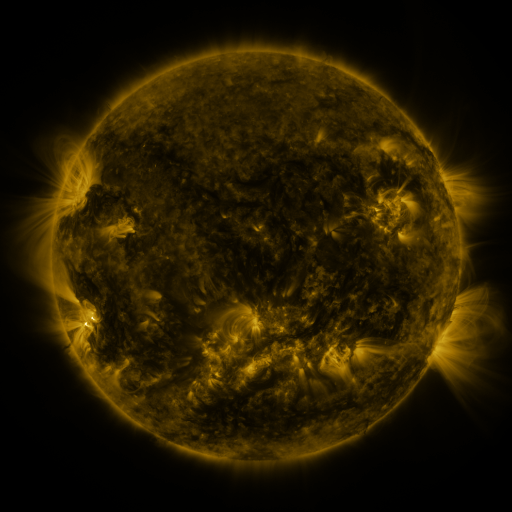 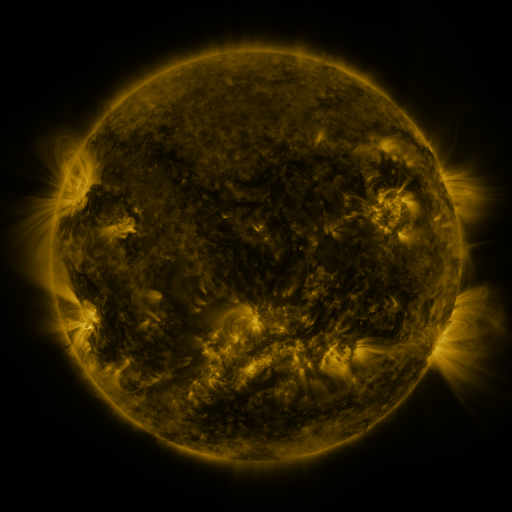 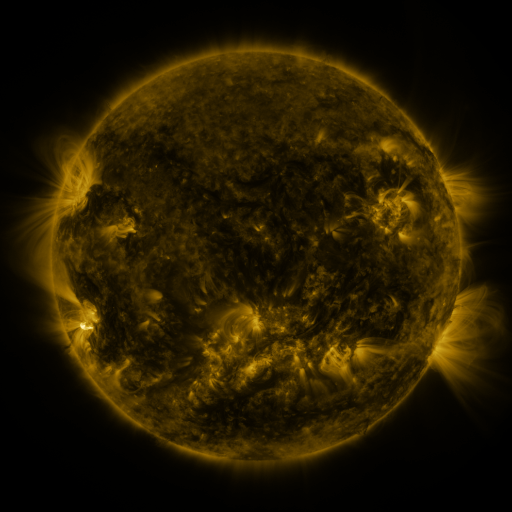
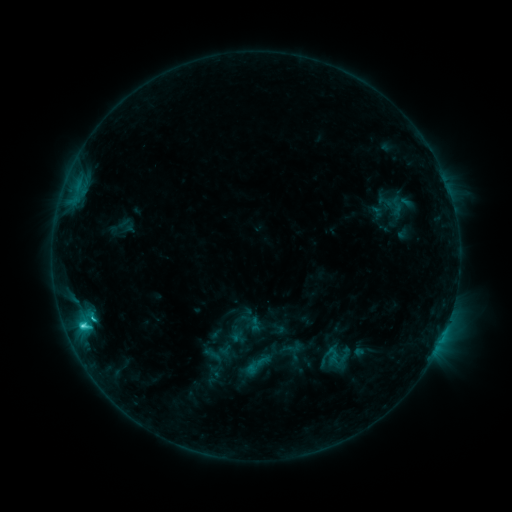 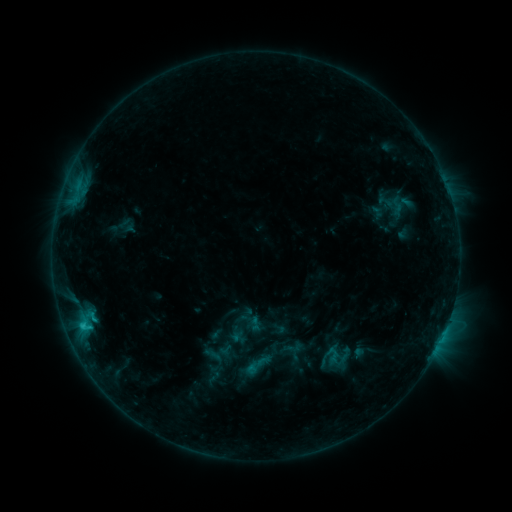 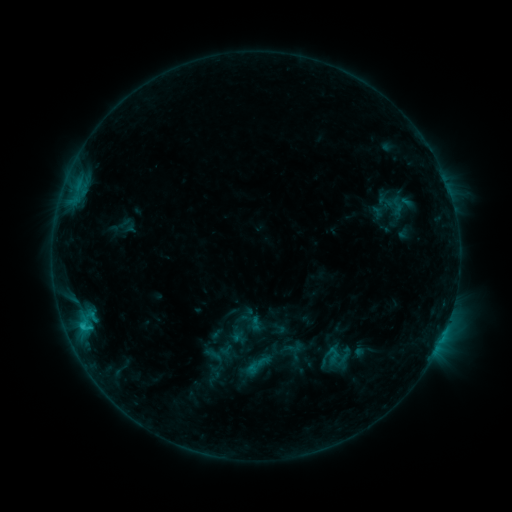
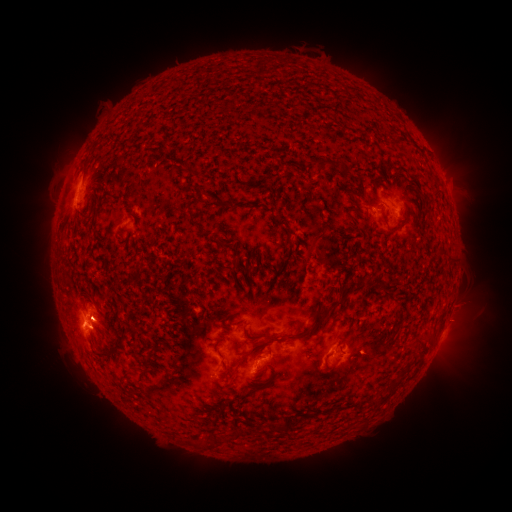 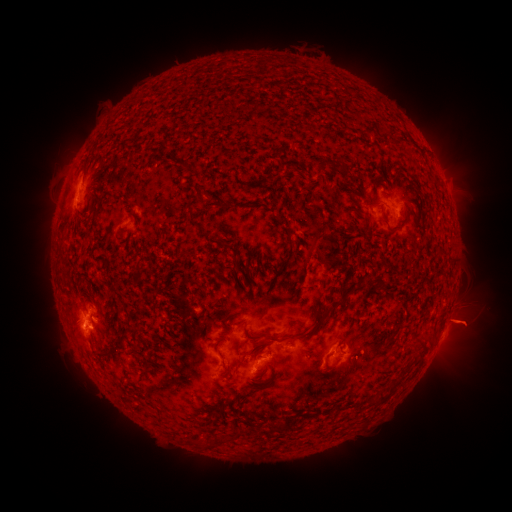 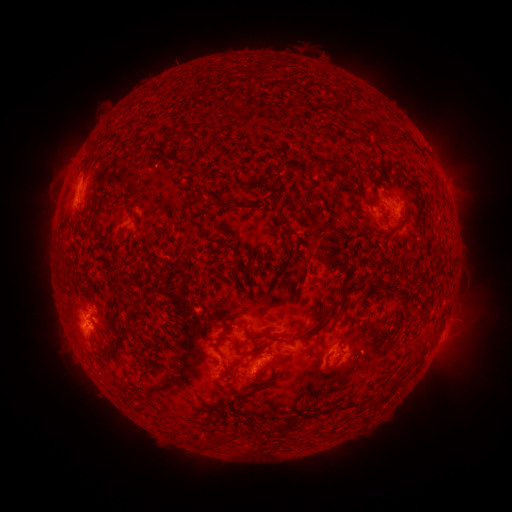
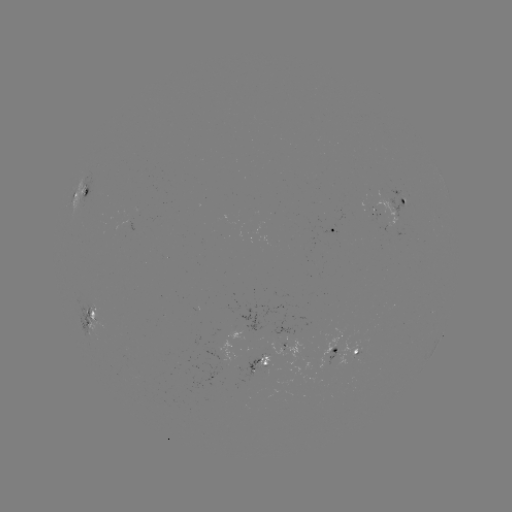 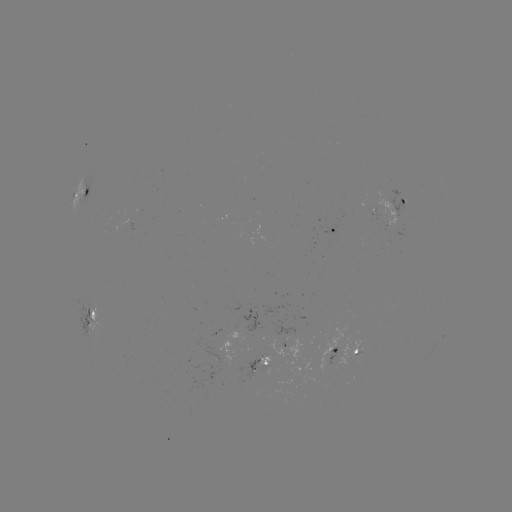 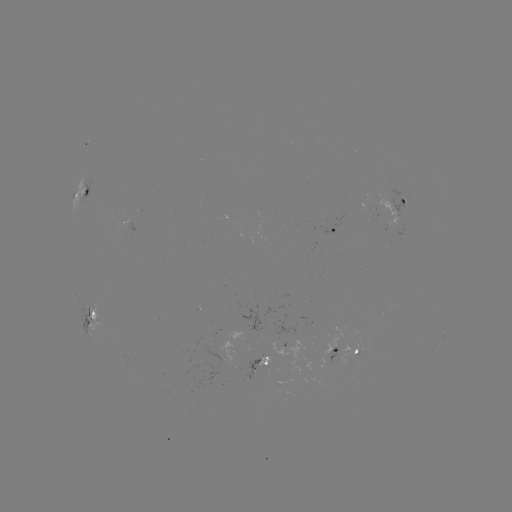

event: eruption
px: (469, 321)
